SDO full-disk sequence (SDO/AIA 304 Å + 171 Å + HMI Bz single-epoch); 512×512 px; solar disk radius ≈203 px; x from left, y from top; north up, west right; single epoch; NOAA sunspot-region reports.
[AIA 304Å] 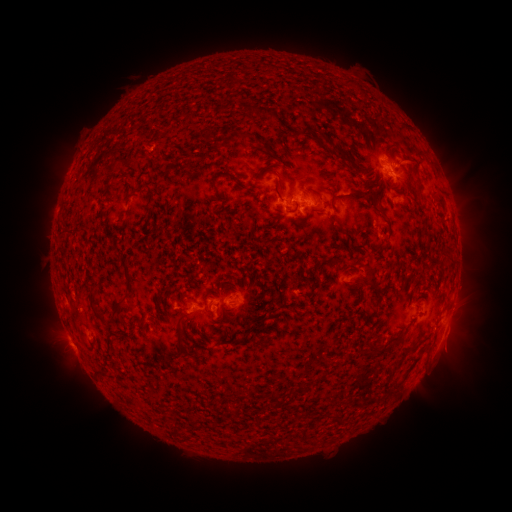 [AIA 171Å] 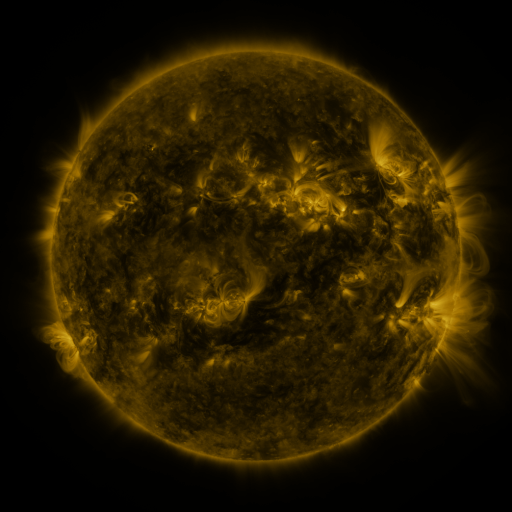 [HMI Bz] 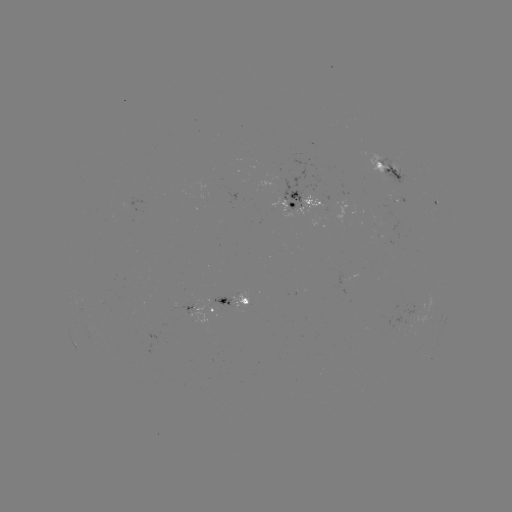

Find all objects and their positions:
spotted active region: (392, 170)
spotted active region: (304, 197)
spotted active region: (437, 202)
spotted active region: (235, 299)
spotted active region: (200, 310)
spotted active region: (450, 313)
